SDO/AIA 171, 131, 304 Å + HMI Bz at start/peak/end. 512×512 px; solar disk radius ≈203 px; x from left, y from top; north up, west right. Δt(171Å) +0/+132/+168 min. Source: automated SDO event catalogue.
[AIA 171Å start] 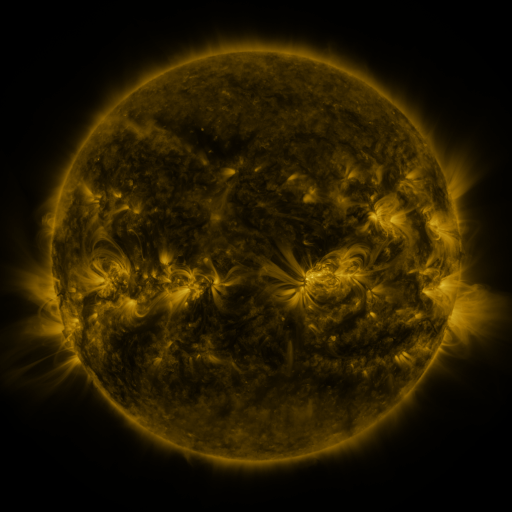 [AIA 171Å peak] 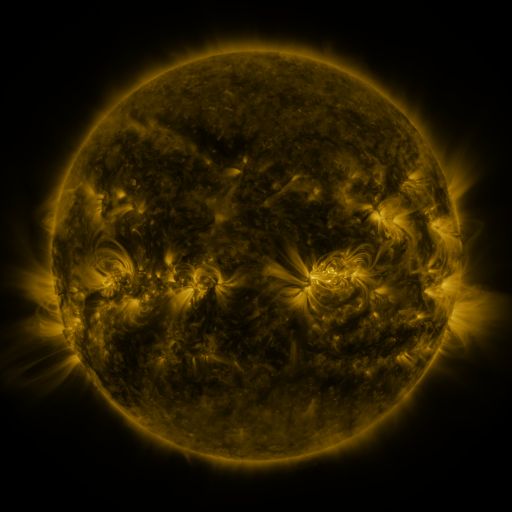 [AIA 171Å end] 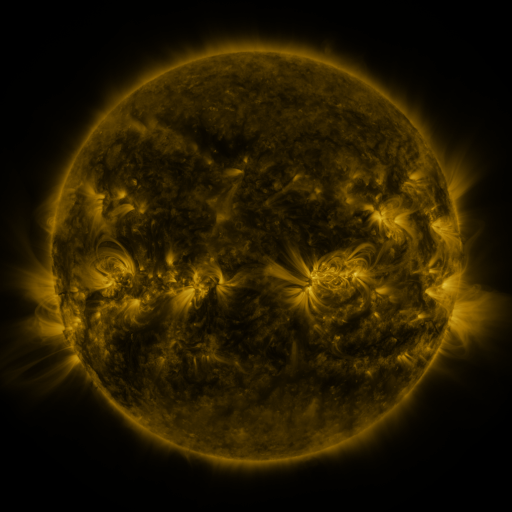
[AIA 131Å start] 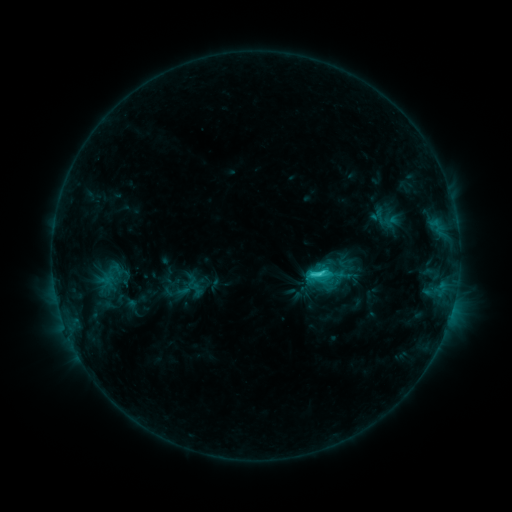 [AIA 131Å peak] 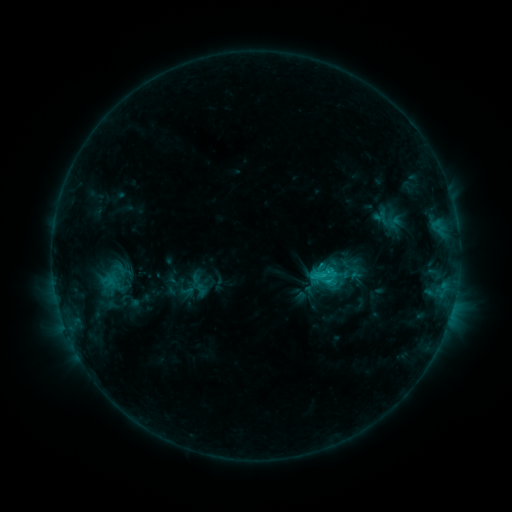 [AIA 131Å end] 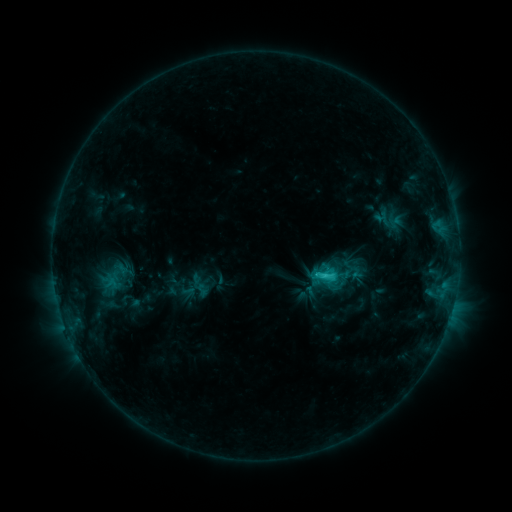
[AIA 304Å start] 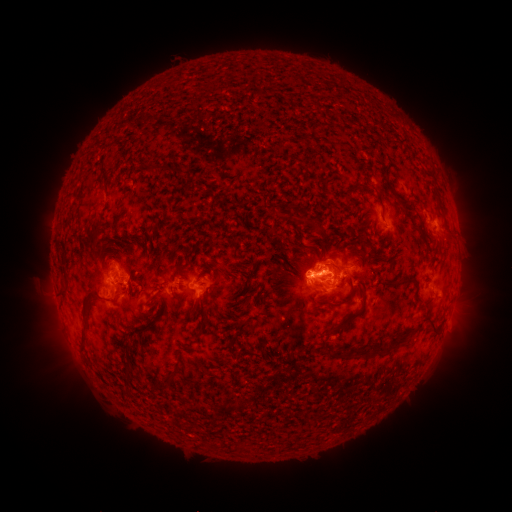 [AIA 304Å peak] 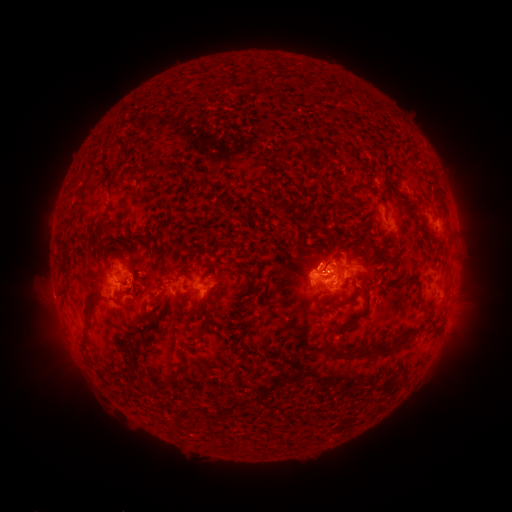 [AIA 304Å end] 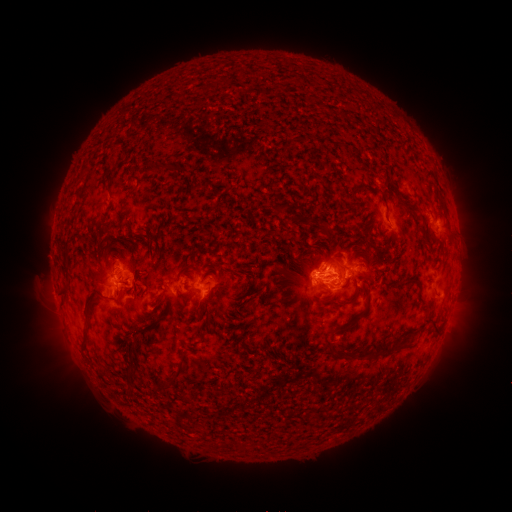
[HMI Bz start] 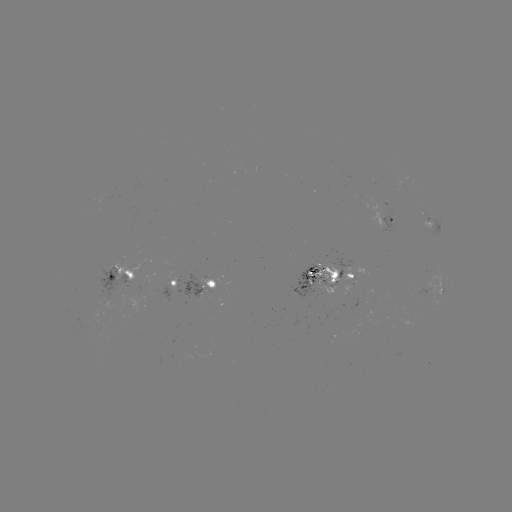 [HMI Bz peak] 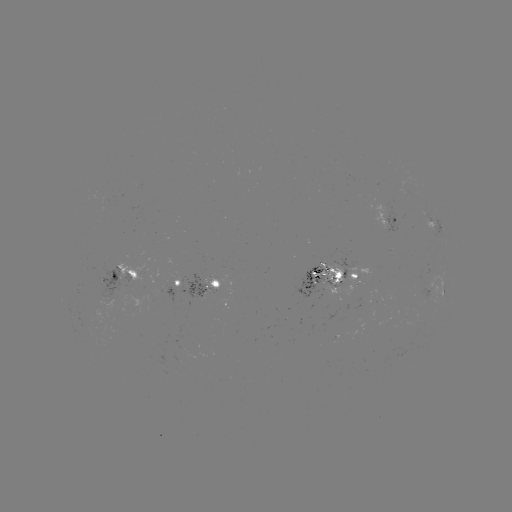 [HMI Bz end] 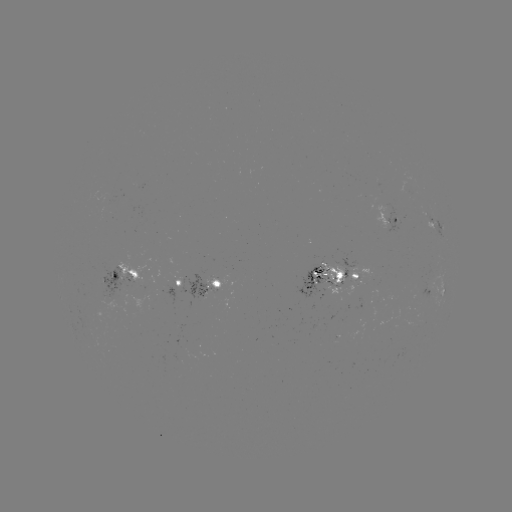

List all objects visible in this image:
emerging-flux region: (200, 292)
